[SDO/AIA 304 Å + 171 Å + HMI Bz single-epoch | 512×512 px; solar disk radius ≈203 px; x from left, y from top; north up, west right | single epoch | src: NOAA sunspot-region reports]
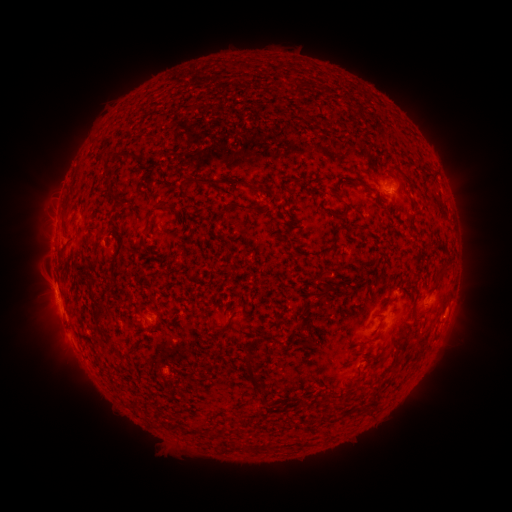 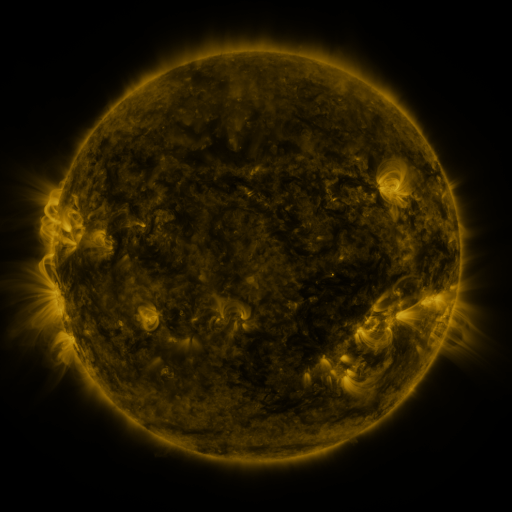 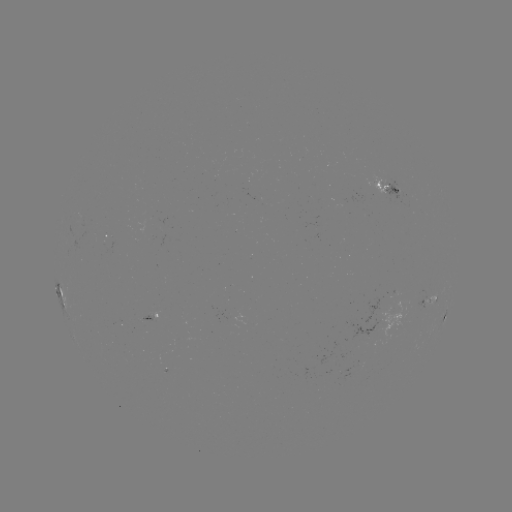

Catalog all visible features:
spotted active region: (394, 186)
spotted active region: (112, 245)
spotted active region: (61, 290)
spotted active region: (428, 303)
spotted active region: (151, 317)
spotted active region: (445, 317)
spotted active region: (385, 326)
